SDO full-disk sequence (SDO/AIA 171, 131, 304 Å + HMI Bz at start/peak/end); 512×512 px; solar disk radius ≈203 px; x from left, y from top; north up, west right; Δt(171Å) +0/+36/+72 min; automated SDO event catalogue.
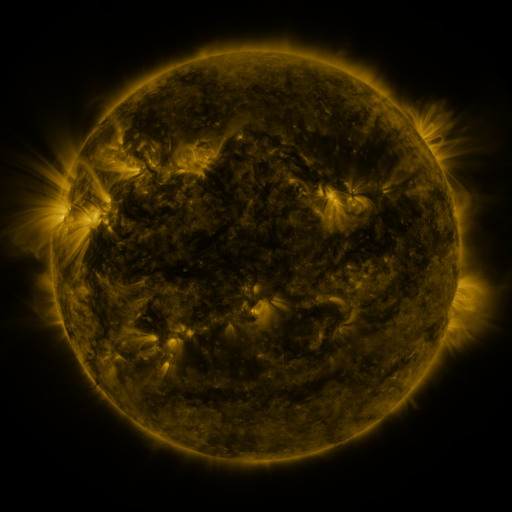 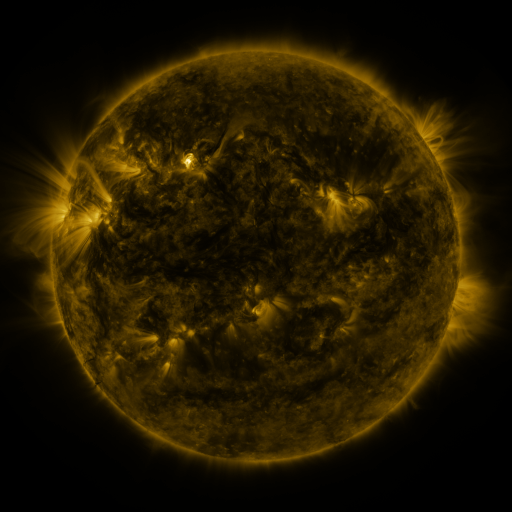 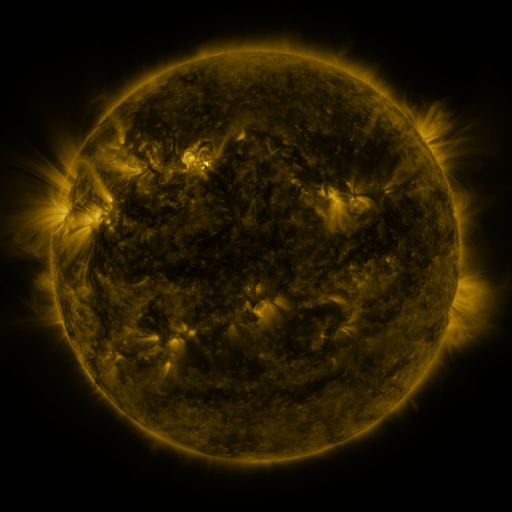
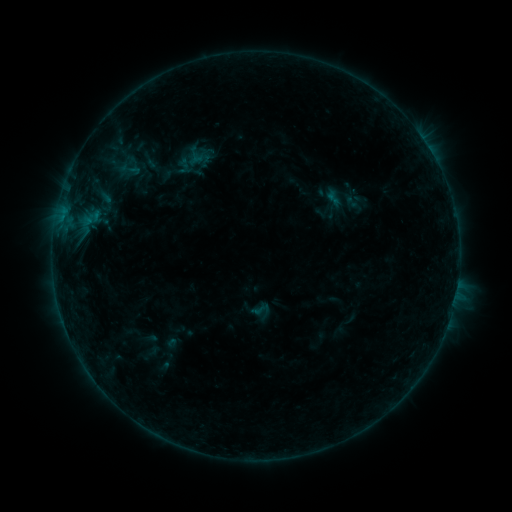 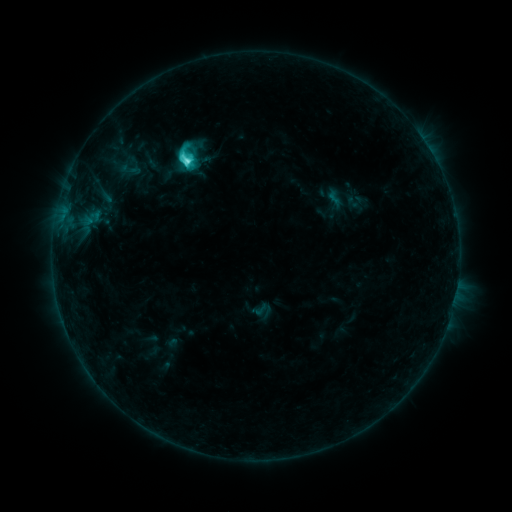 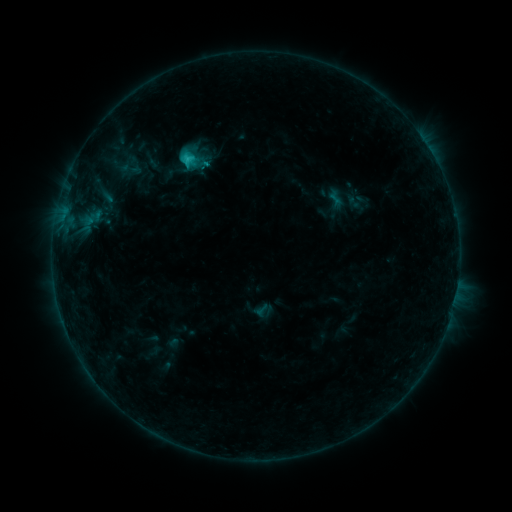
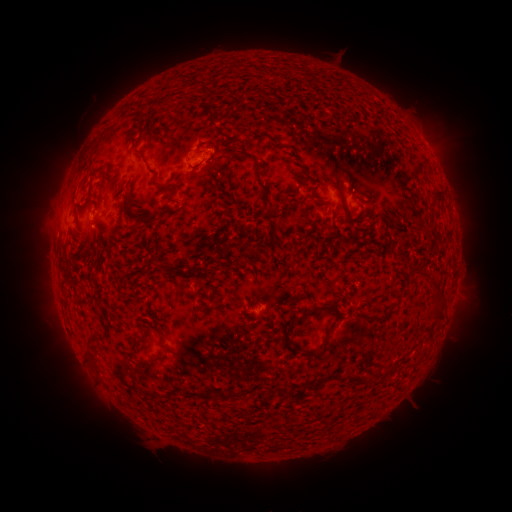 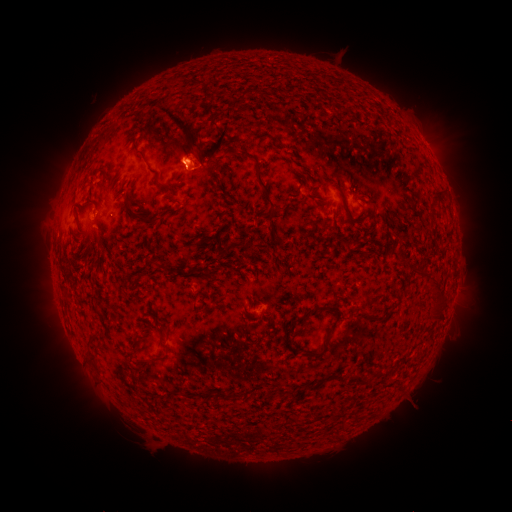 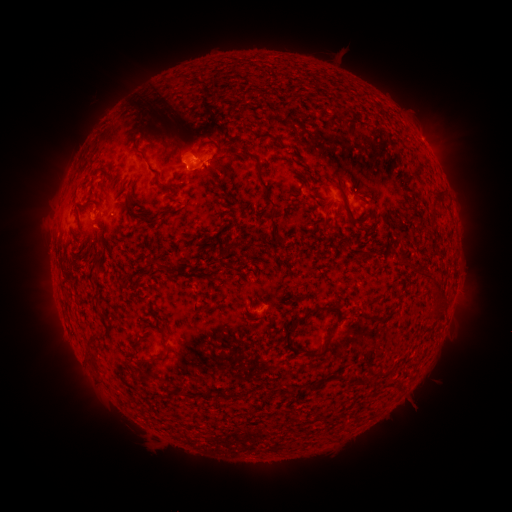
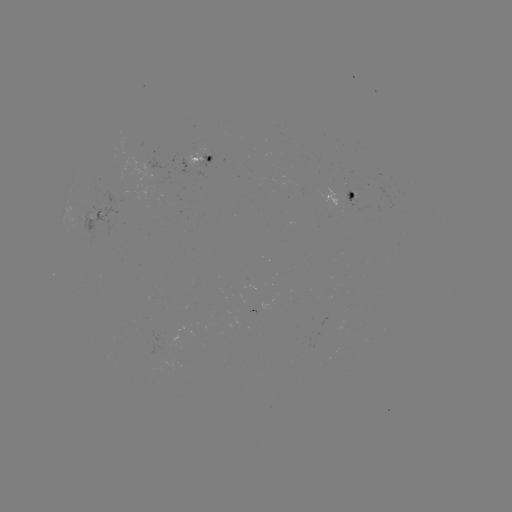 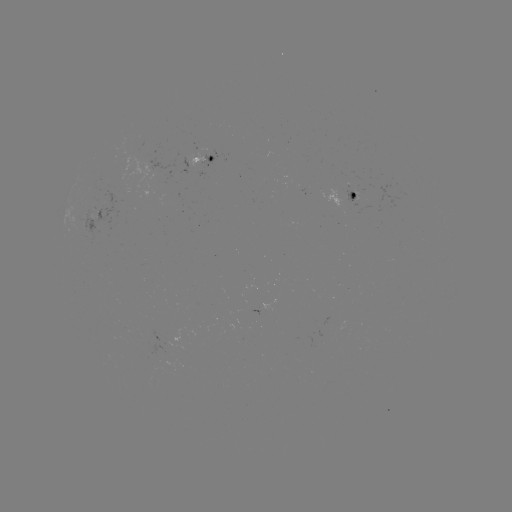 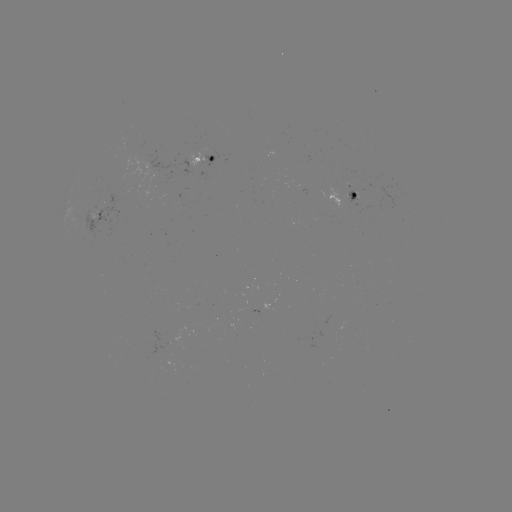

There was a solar filament eruption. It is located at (192, 149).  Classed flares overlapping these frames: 1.